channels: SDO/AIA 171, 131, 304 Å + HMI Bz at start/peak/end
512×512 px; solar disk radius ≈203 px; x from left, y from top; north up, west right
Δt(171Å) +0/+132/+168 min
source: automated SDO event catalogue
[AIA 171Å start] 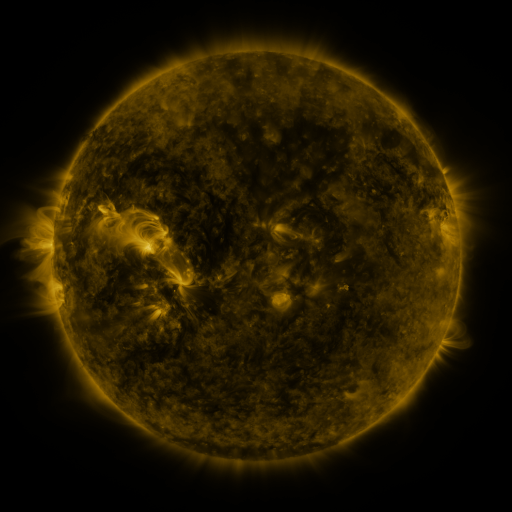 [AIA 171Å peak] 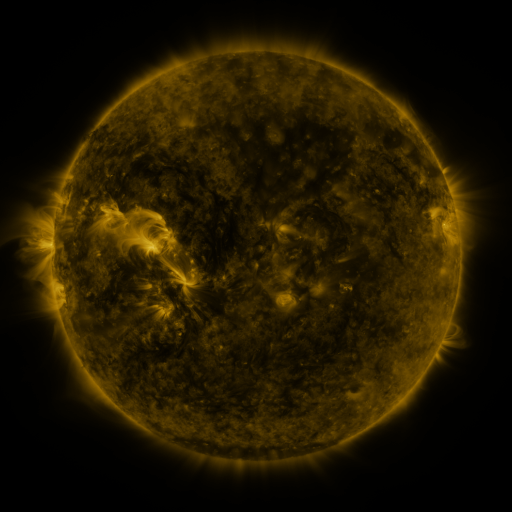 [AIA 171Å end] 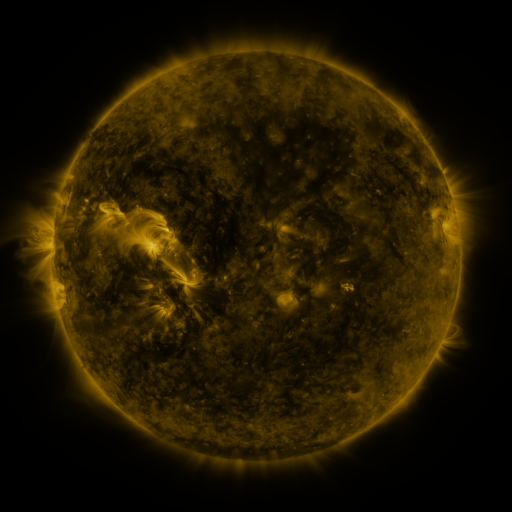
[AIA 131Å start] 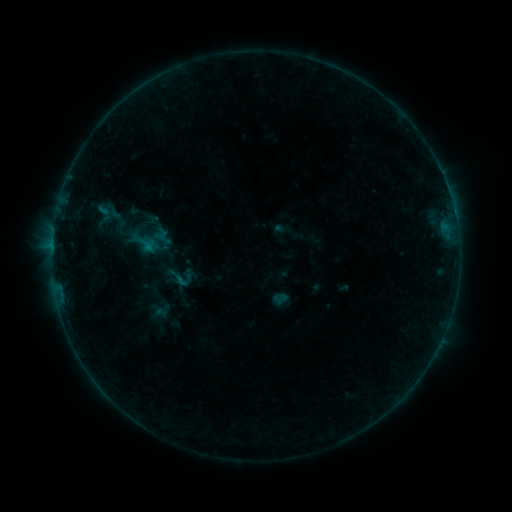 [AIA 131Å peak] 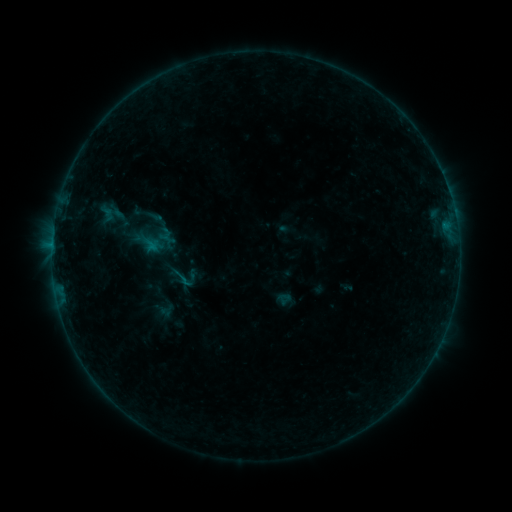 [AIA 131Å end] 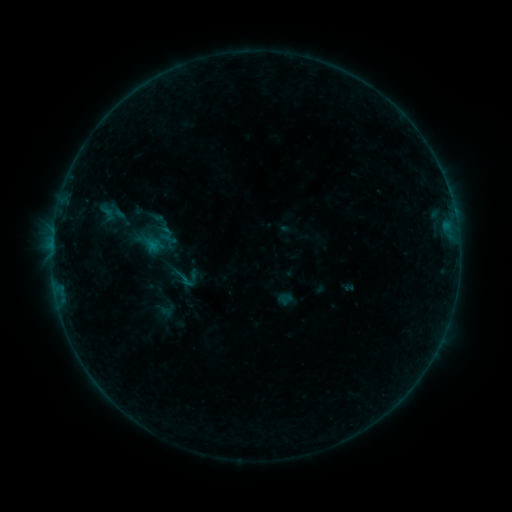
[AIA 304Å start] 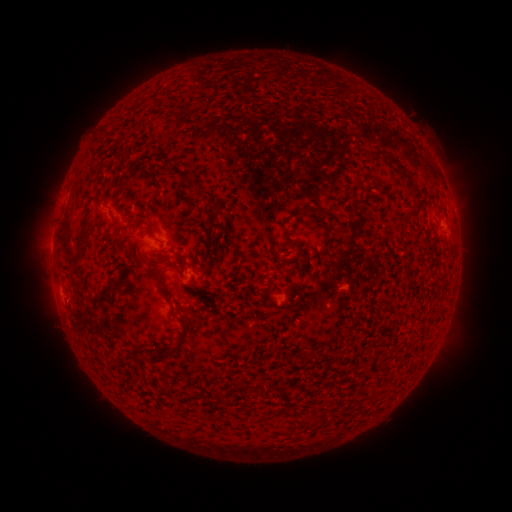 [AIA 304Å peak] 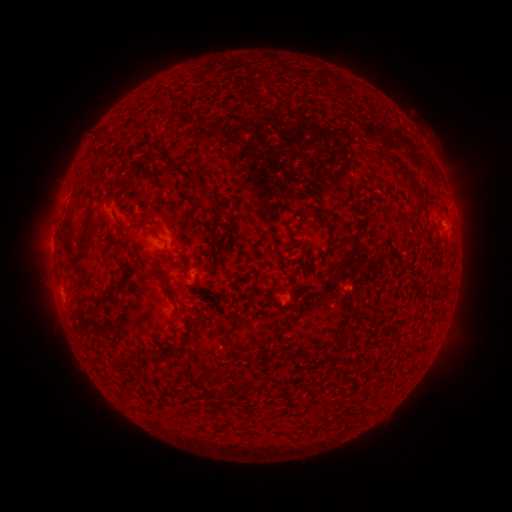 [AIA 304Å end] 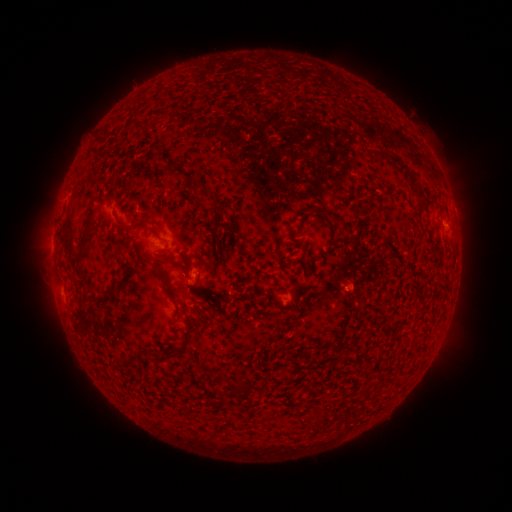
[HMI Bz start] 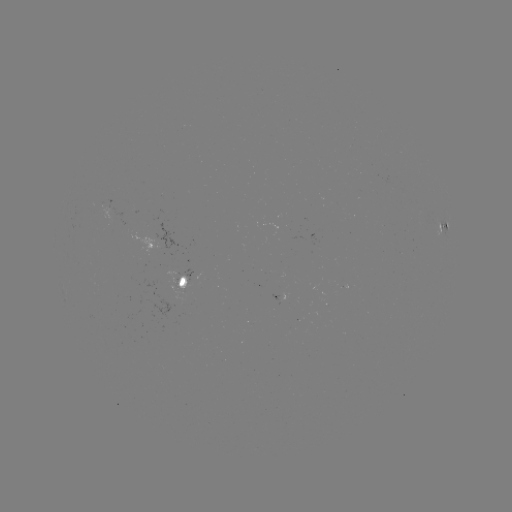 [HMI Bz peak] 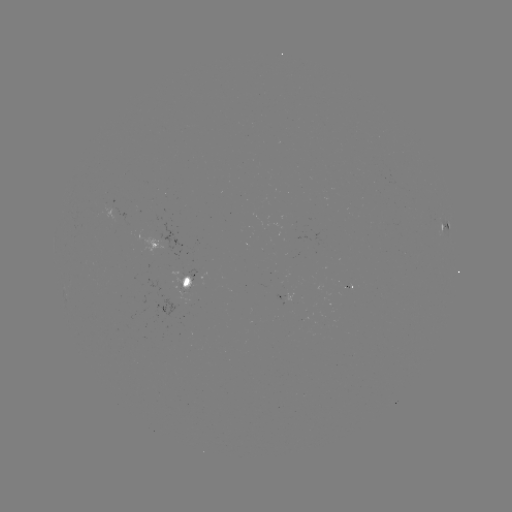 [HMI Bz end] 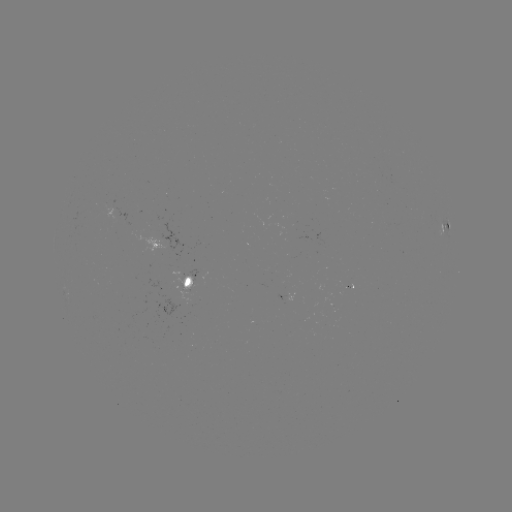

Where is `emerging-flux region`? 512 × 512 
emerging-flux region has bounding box [169, 270, 196, 289].